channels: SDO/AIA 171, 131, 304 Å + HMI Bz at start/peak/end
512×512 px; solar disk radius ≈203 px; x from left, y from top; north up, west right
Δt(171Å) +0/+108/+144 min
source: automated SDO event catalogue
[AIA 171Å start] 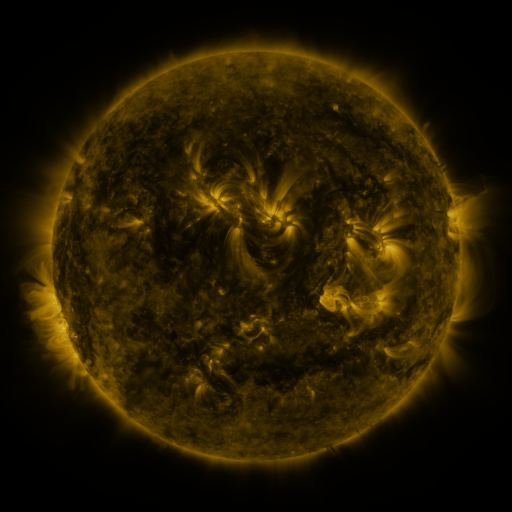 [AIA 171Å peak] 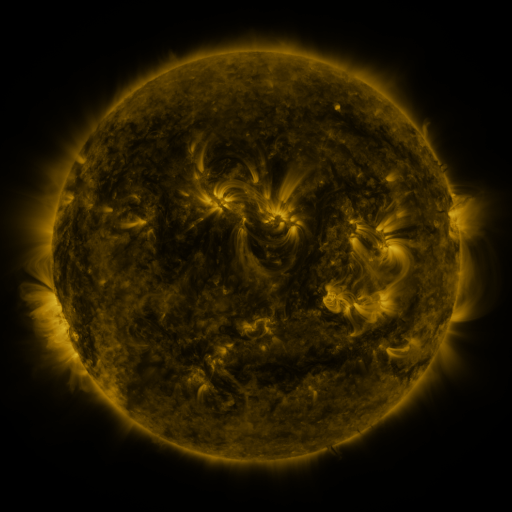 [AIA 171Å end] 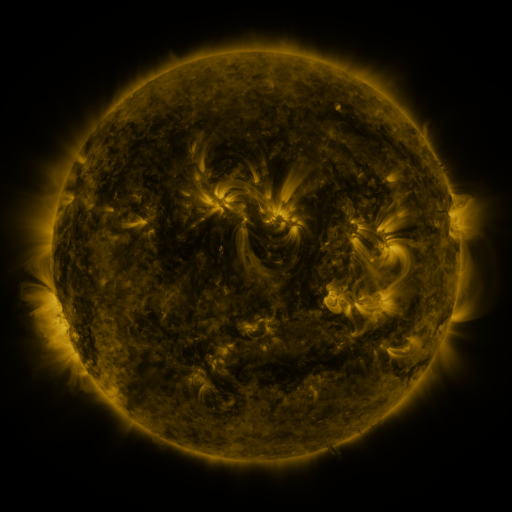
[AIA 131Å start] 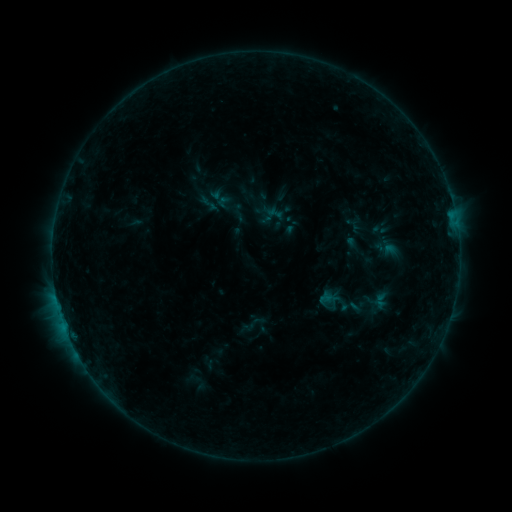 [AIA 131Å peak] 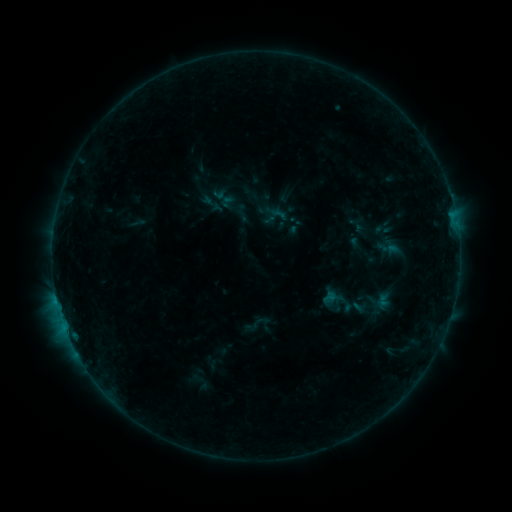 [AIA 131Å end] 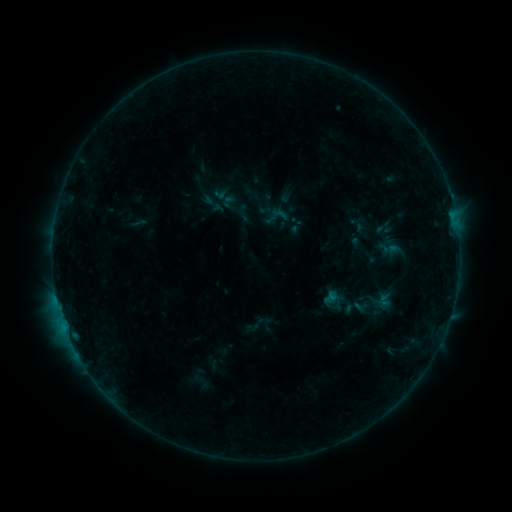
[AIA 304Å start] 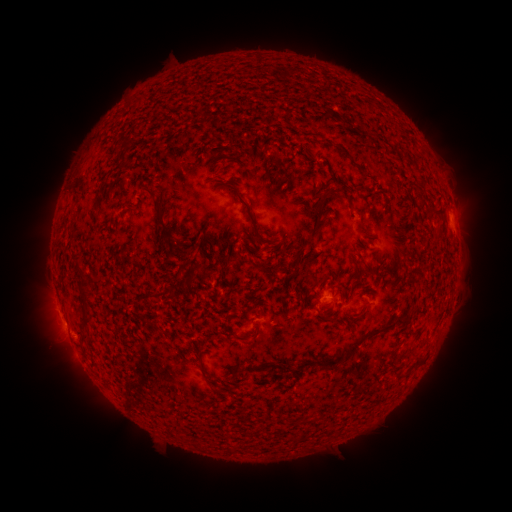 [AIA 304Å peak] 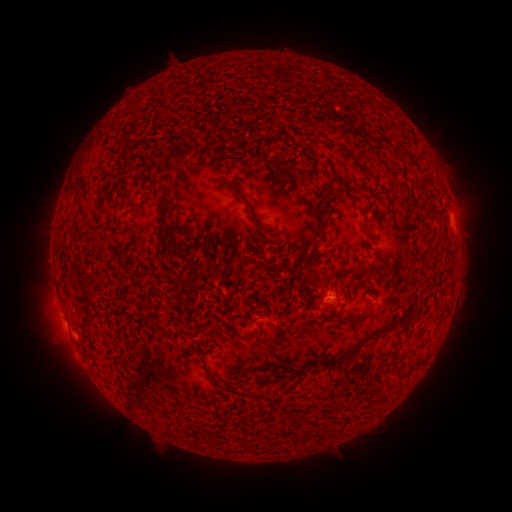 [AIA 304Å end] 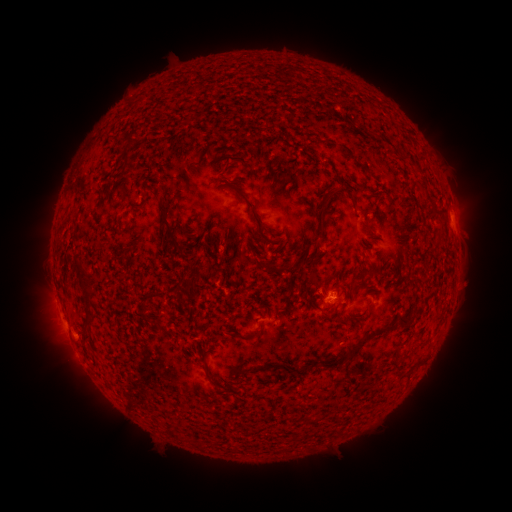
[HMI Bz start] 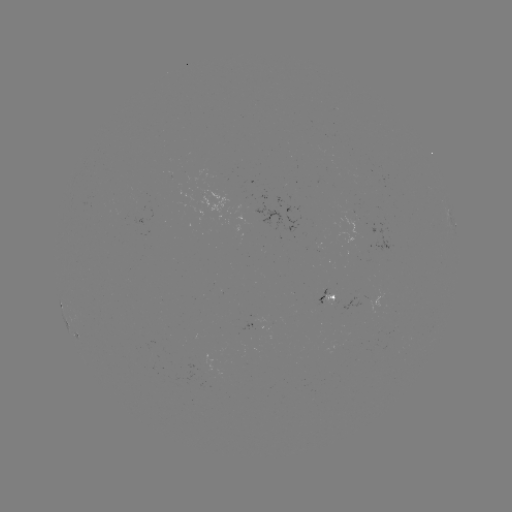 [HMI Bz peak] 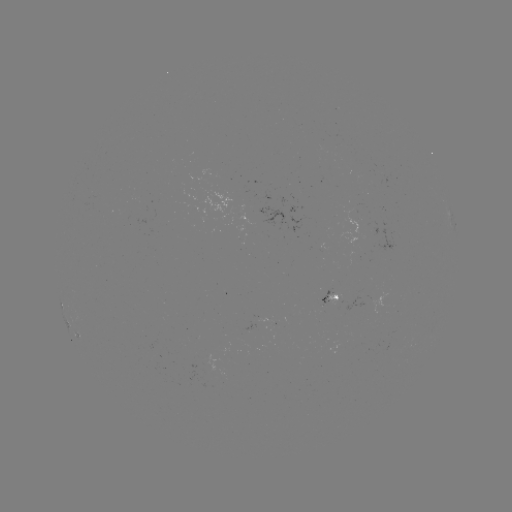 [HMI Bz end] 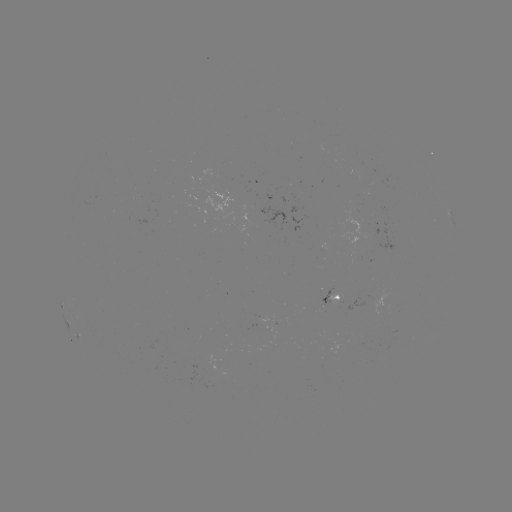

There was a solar emerging-flux region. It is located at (333, 295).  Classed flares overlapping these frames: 2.